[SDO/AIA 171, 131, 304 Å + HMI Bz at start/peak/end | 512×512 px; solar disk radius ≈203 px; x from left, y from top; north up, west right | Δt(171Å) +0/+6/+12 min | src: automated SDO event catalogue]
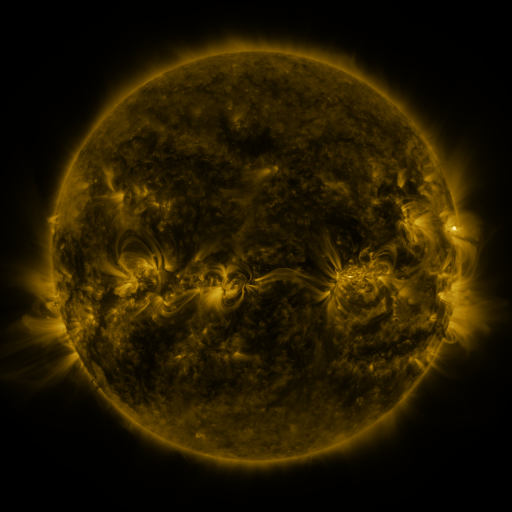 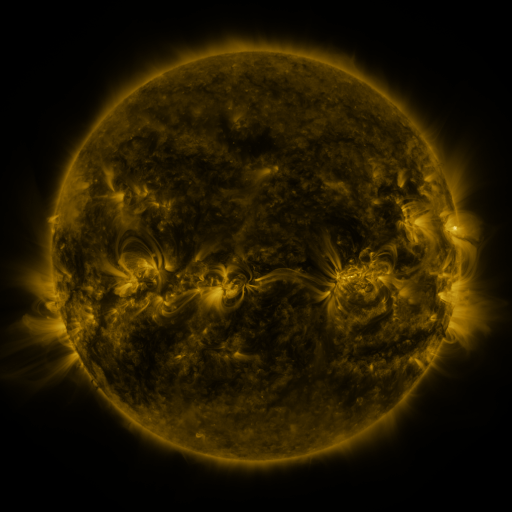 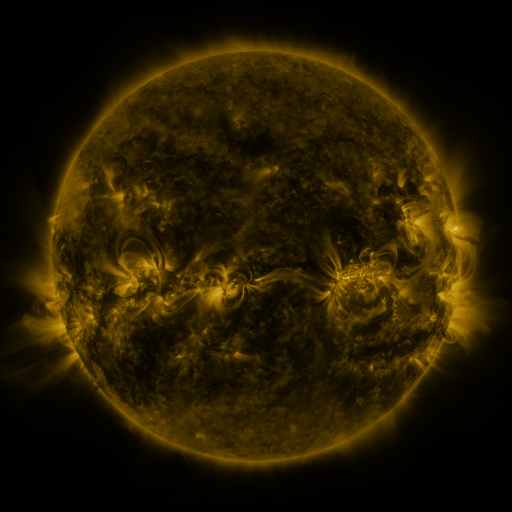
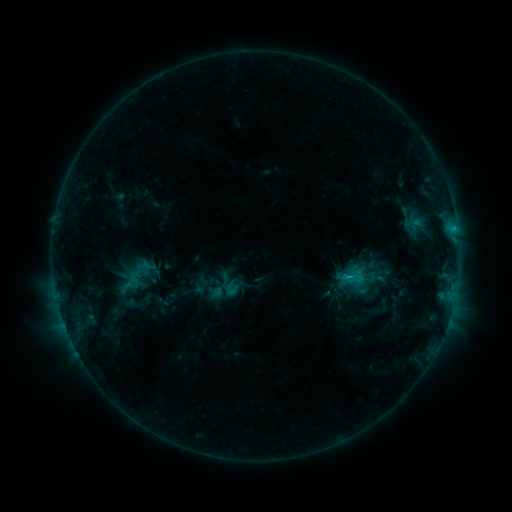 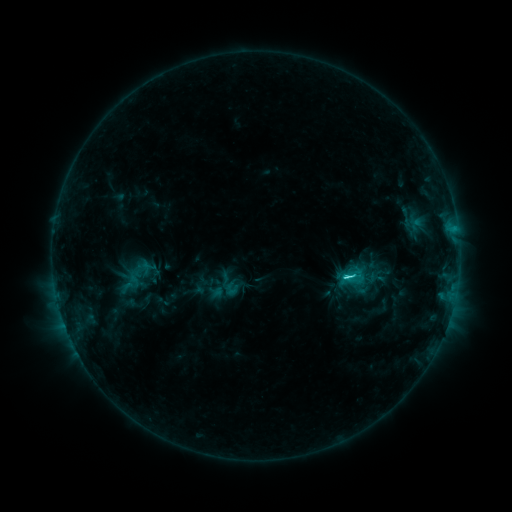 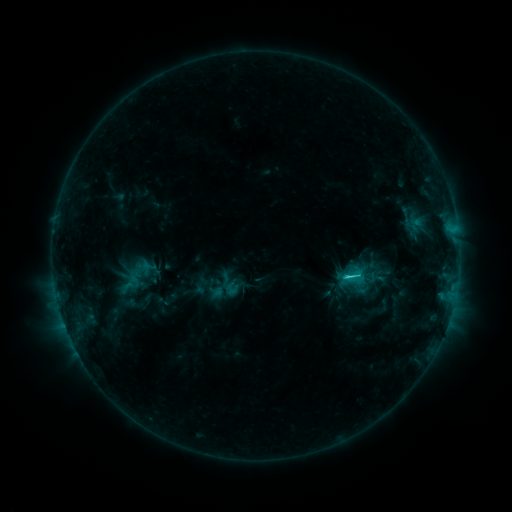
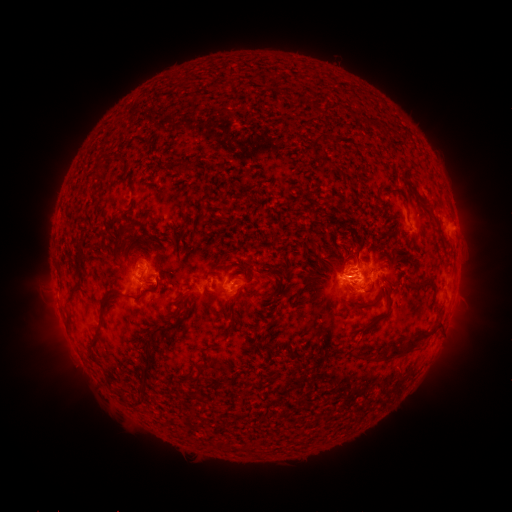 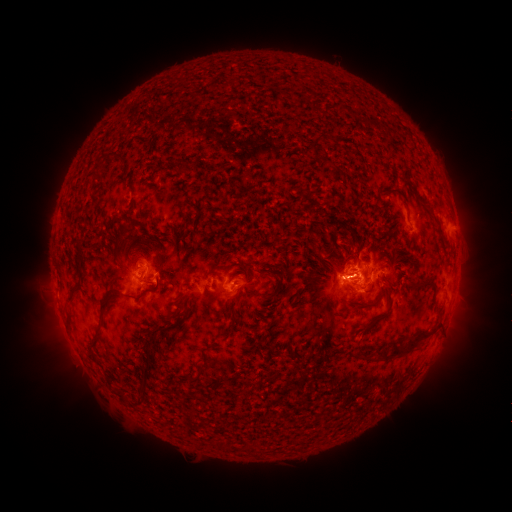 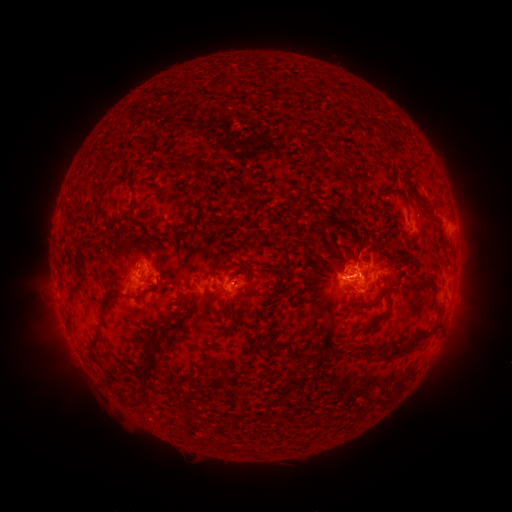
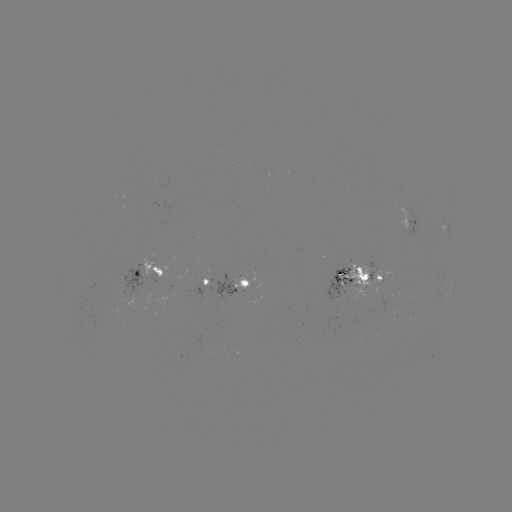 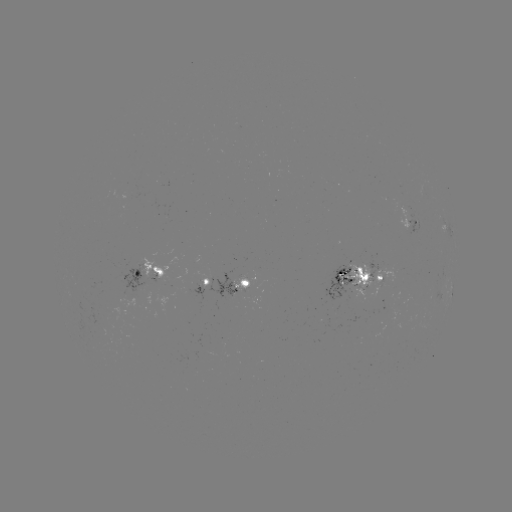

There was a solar flare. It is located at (343, 276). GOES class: C2.6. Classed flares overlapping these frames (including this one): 1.